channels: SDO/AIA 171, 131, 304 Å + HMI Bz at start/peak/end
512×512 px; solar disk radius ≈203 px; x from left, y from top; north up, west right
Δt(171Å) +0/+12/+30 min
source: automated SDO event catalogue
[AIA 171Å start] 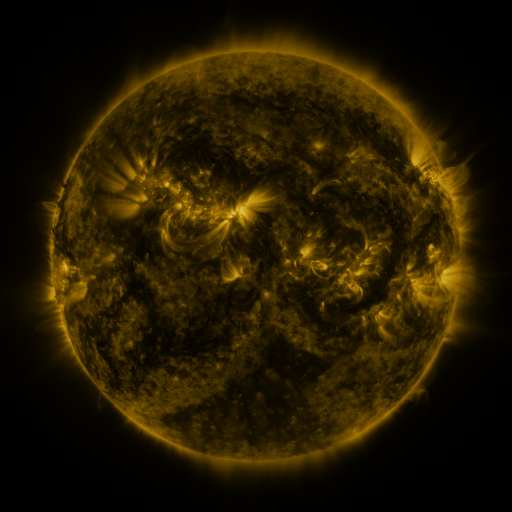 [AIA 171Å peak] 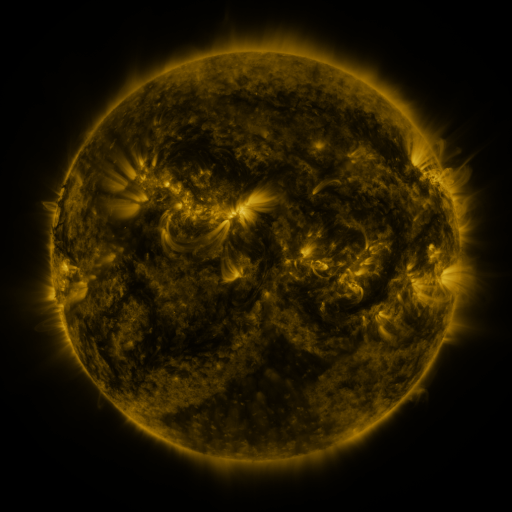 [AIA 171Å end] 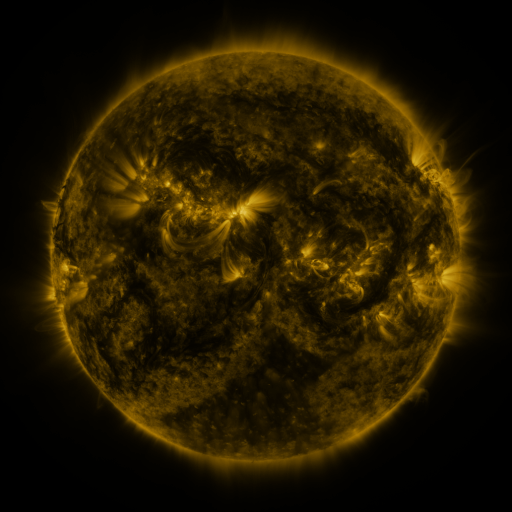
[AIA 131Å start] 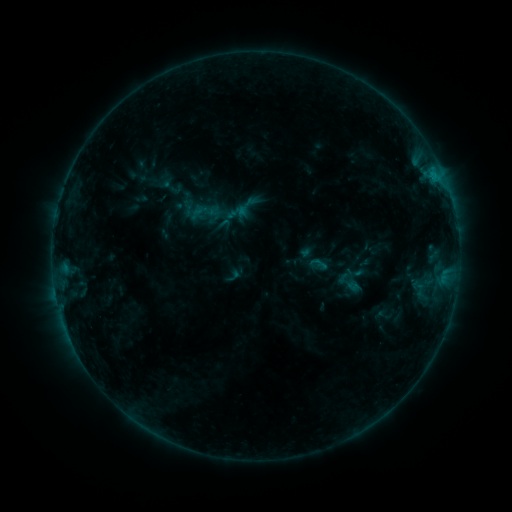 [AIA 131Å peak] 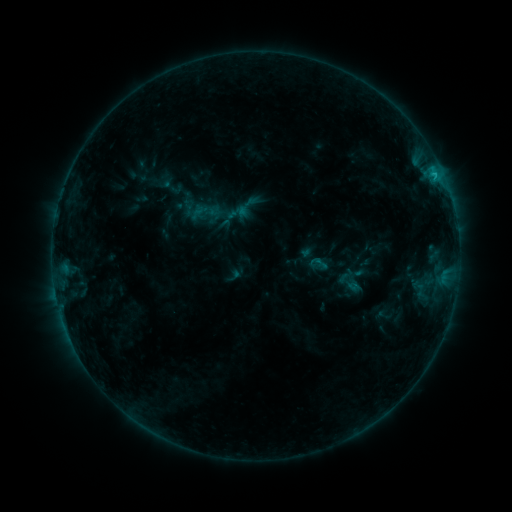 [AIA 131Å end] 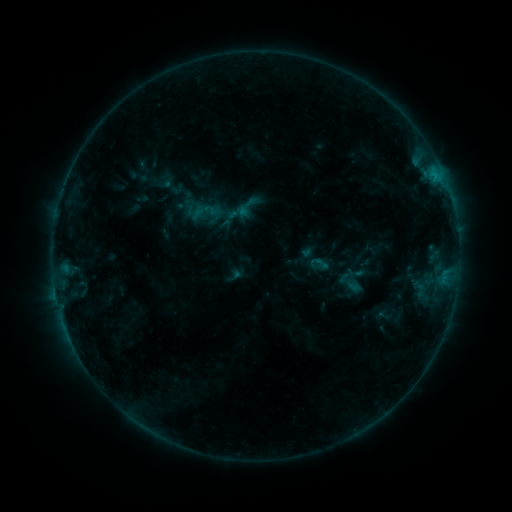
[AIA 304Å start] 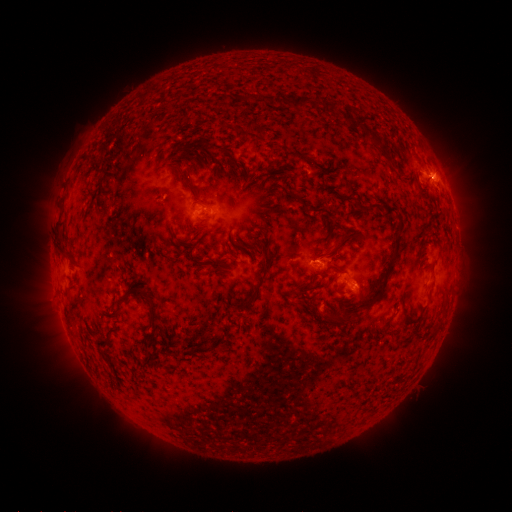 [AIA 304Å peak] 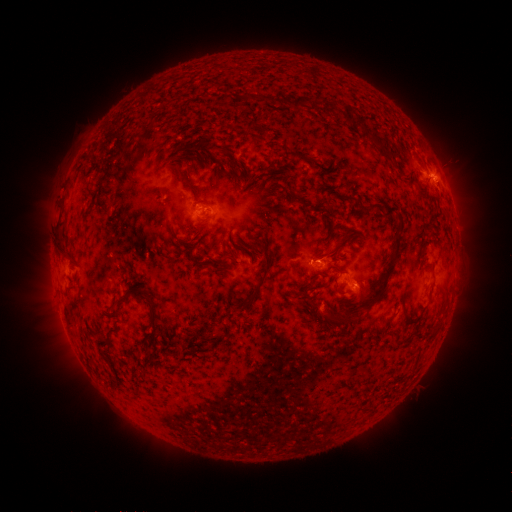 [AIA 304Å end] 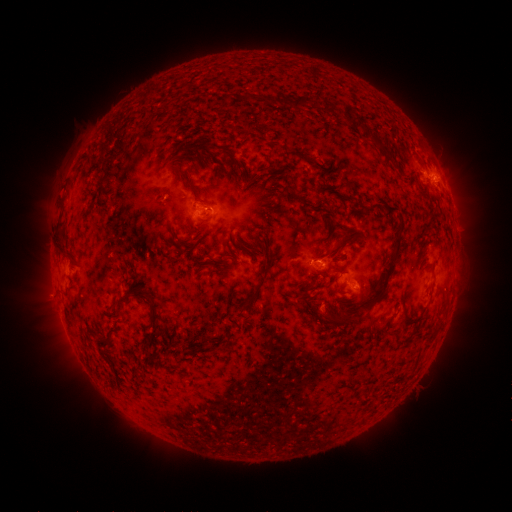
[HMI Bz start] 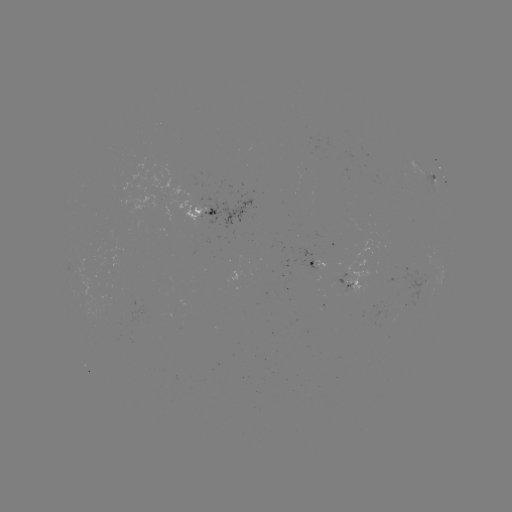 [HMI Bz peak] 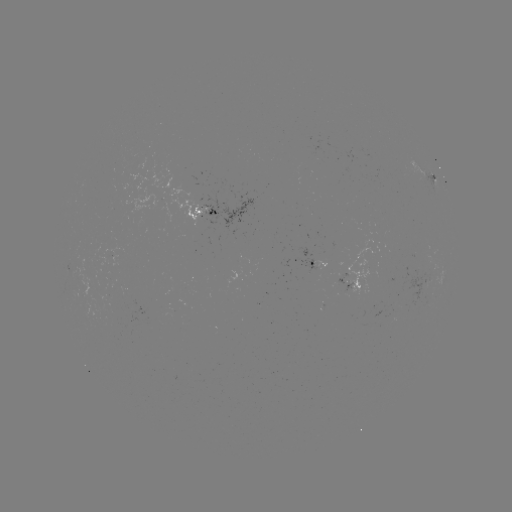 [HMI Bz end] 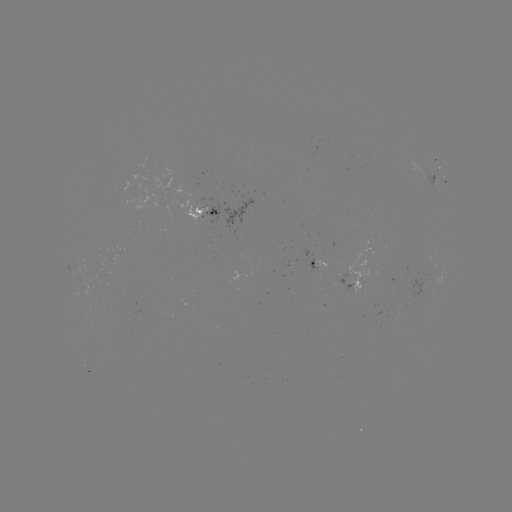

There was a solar flare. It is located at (433, 175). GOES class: C1.0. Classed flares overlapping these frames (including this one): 1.